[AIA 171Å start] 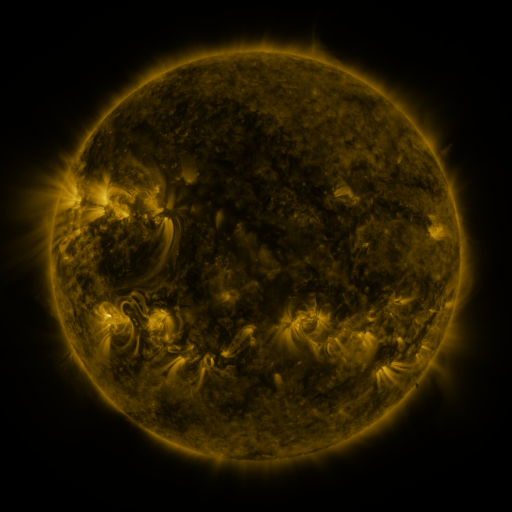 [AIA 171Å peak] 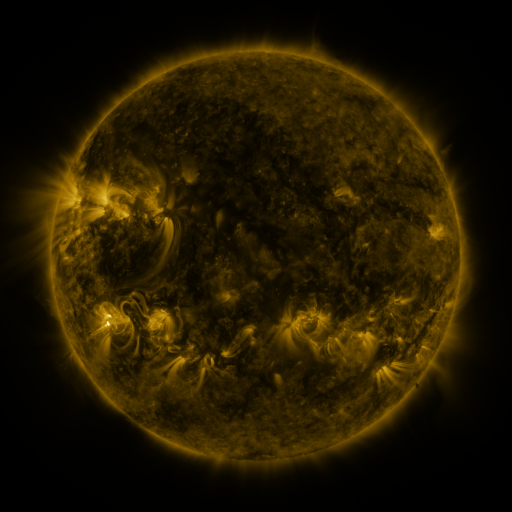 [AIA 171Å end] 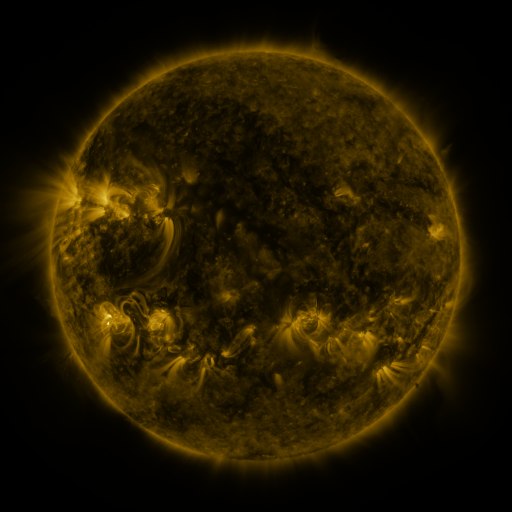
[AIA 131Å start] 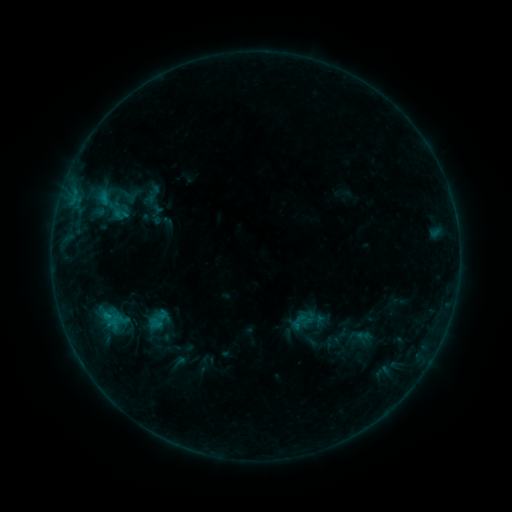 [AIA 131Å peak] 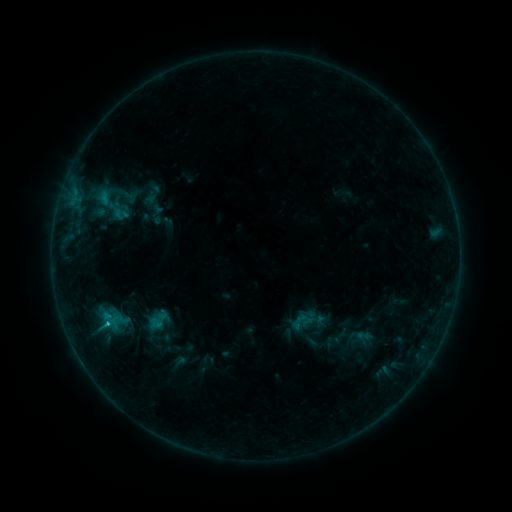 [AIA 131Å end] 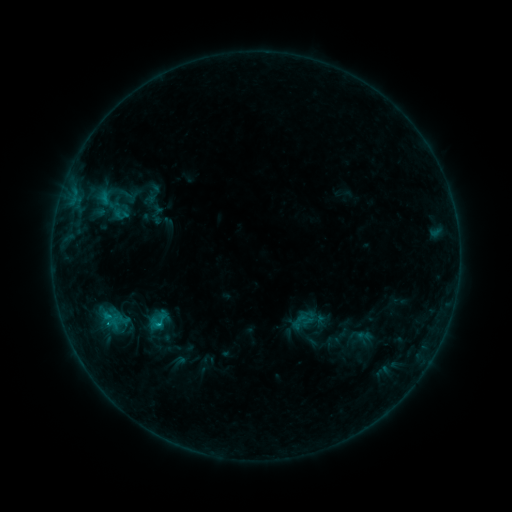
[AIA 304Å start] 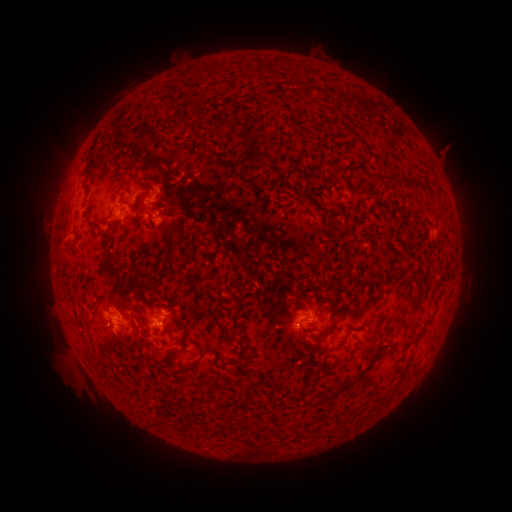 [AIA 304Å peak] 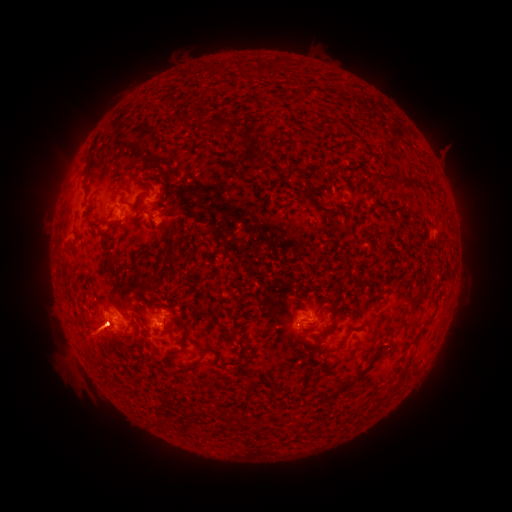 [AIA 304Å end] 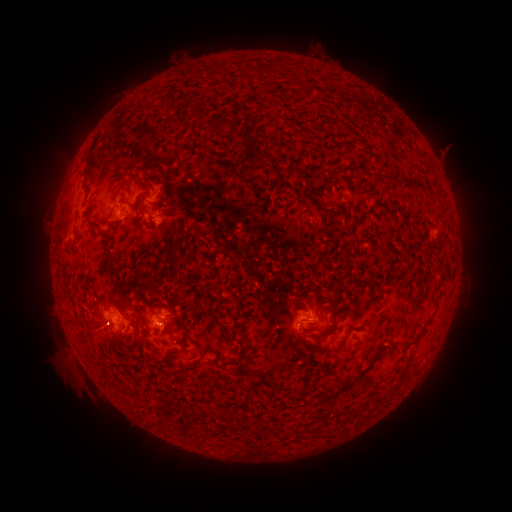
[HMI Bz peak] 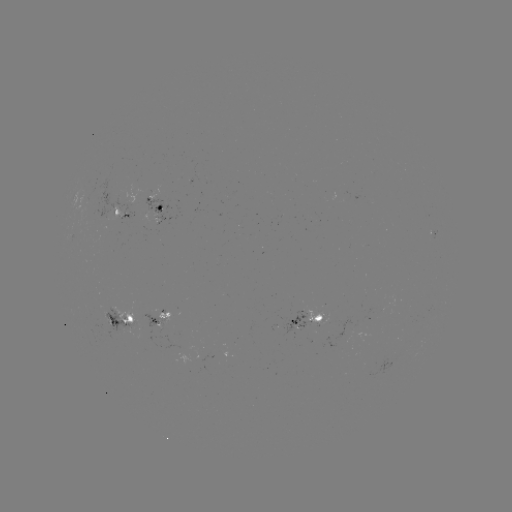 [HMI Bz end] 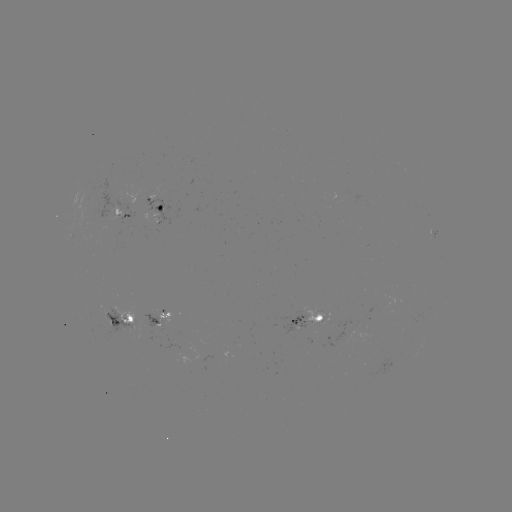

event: eruption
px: (100, 331)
